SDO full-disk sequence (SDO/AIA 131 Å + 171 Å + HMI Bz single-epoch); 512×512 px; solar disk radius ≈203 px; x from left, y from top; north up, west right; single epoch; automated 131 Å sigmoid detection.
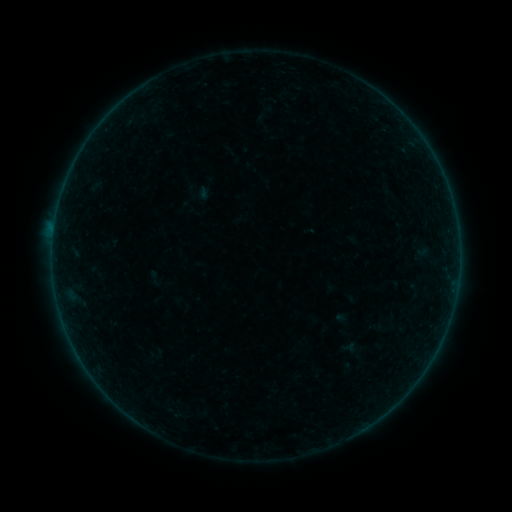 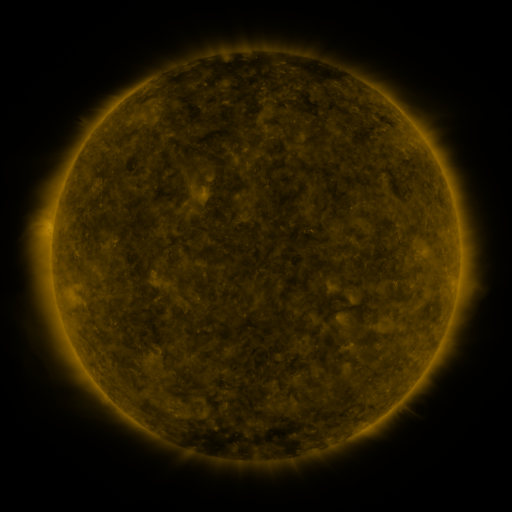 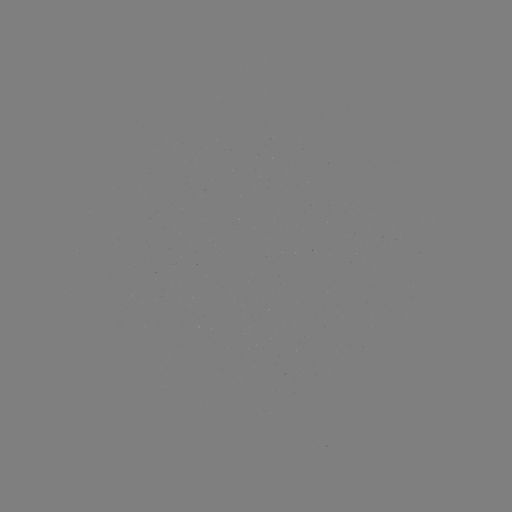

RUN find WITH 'sigmoid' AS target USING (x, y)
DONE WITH (414, 290) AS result